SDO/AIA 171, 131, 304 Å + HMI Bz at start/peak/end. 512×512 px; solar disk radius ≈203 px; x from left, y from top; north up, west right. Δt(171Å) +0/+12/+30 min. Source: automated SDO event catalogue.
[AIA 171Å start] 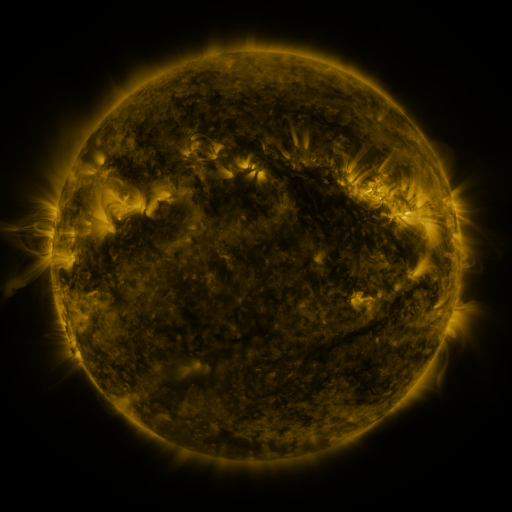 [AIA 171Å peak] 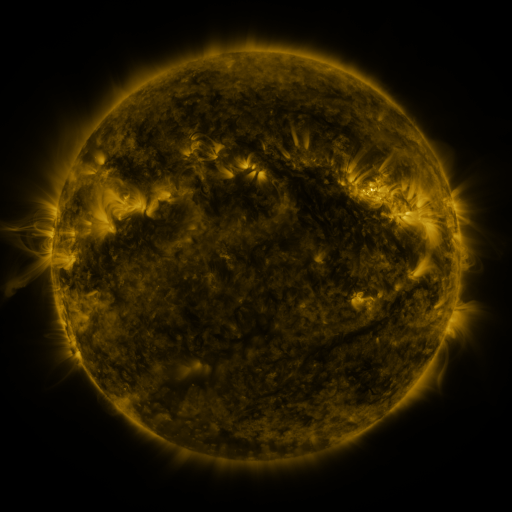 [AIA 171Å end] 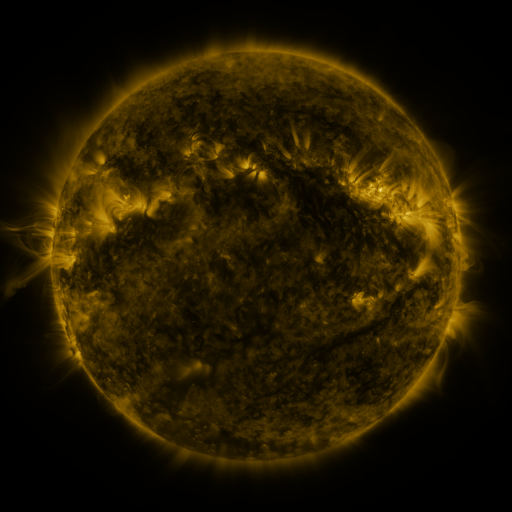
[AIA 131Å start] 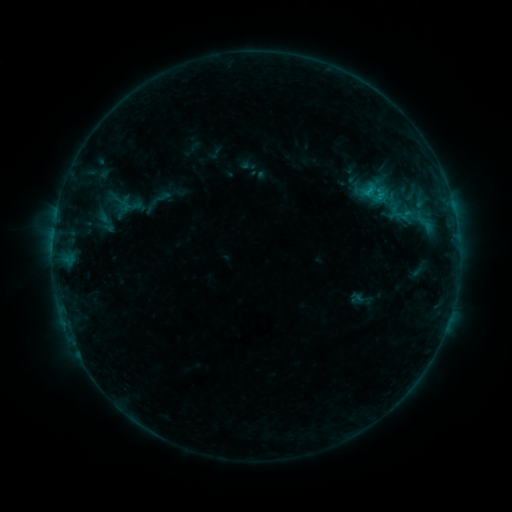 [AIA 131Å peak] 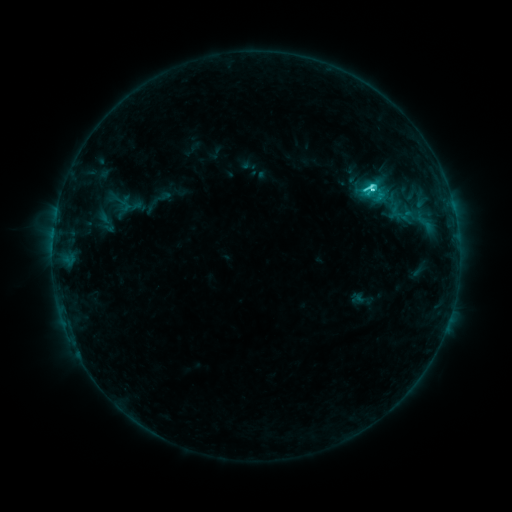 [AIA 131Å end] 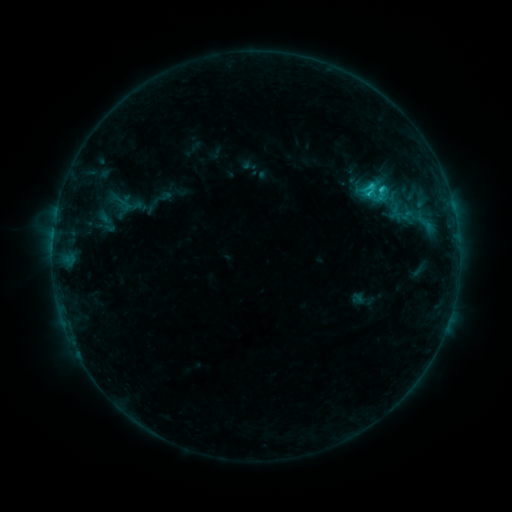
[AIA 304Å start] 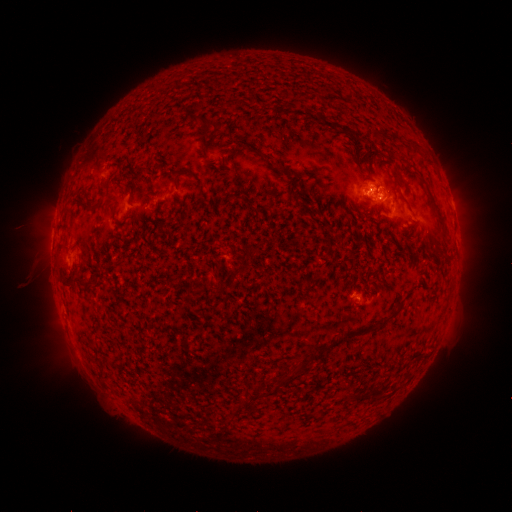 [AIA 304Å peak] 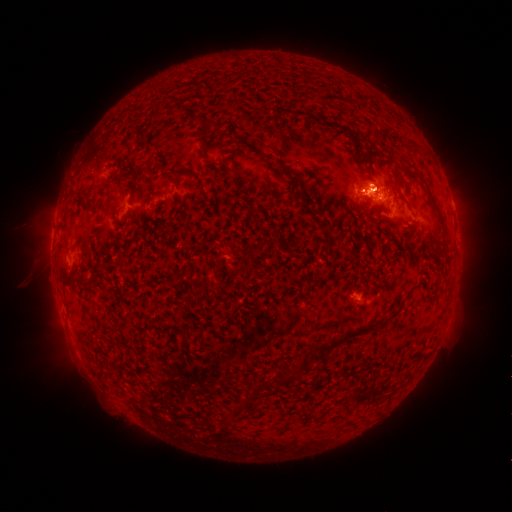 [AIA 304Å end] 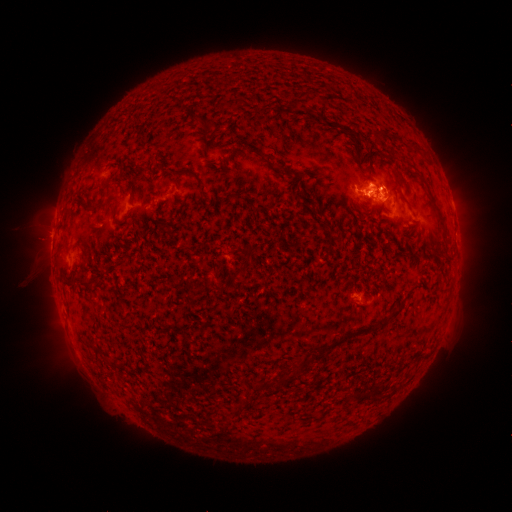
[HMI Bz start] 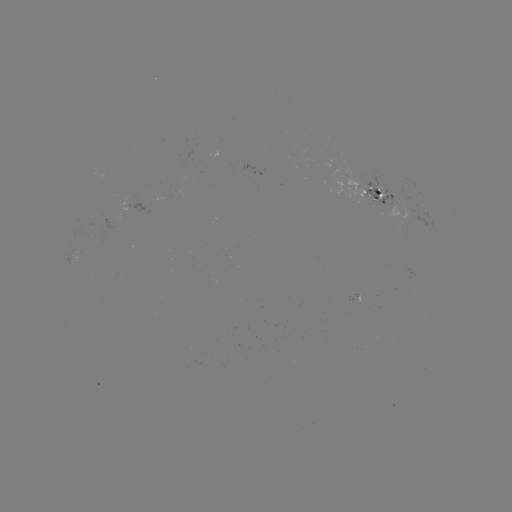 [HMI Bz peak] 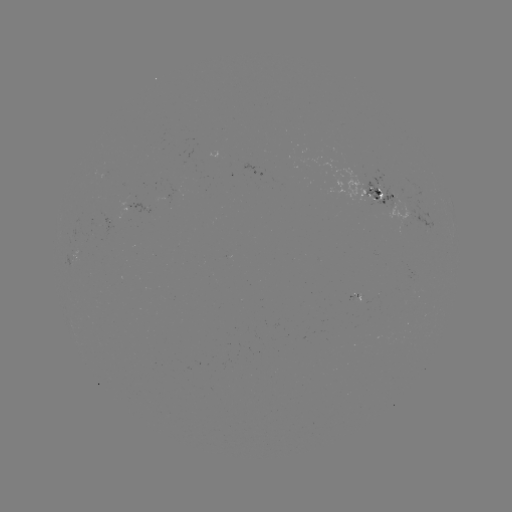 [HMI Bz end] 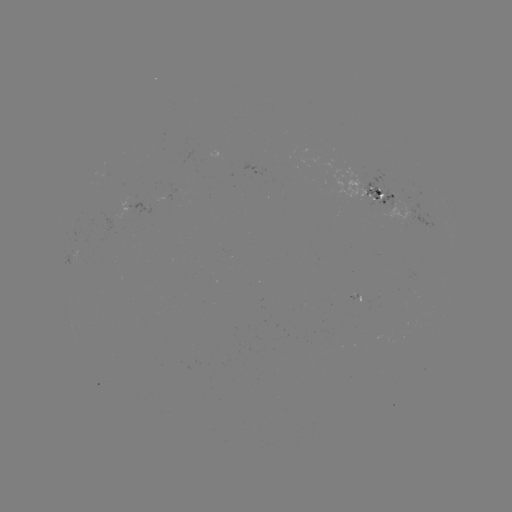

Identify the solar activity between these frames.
C3.4 flare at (372, 191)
